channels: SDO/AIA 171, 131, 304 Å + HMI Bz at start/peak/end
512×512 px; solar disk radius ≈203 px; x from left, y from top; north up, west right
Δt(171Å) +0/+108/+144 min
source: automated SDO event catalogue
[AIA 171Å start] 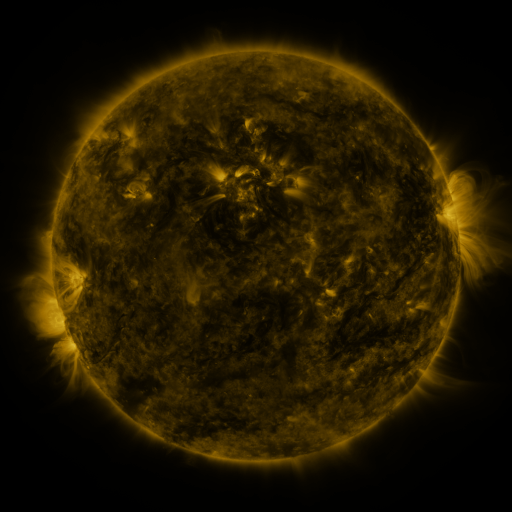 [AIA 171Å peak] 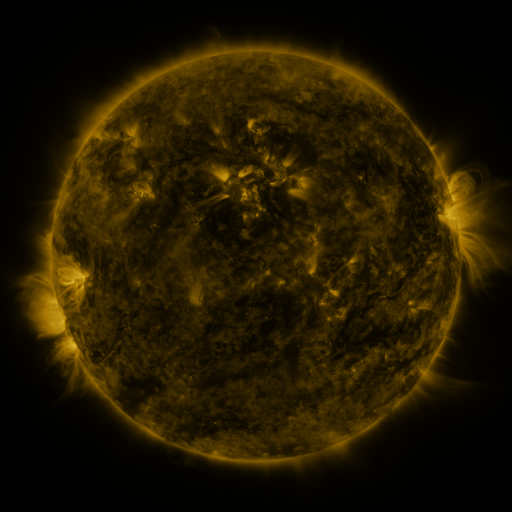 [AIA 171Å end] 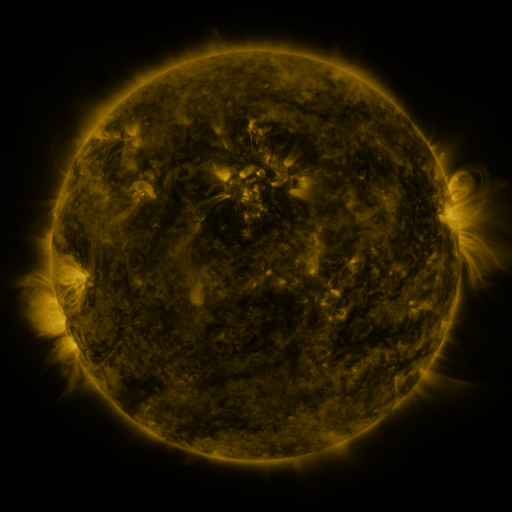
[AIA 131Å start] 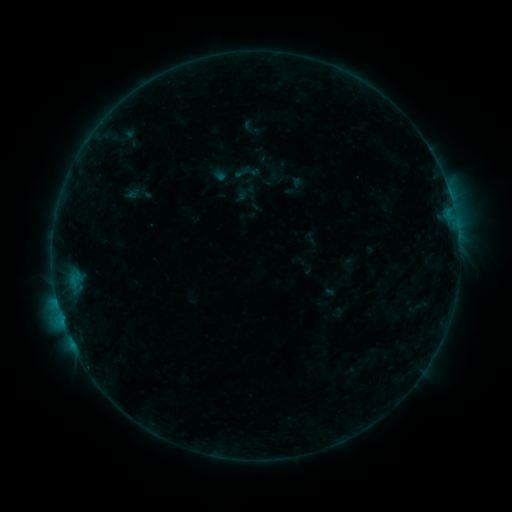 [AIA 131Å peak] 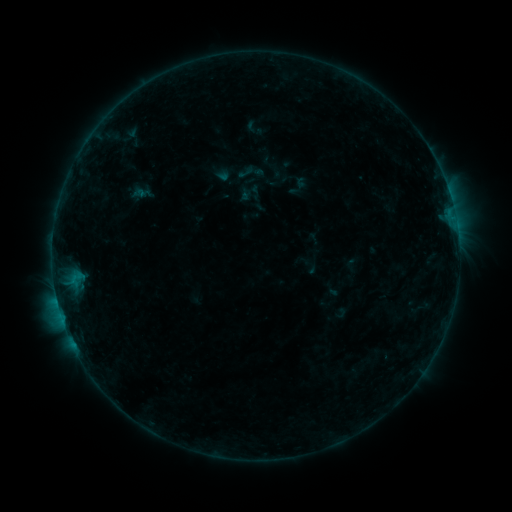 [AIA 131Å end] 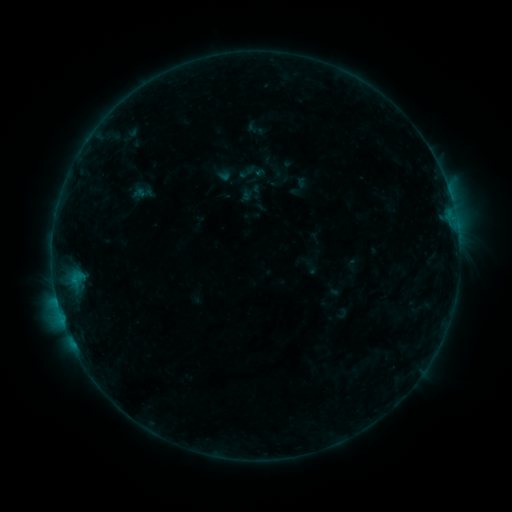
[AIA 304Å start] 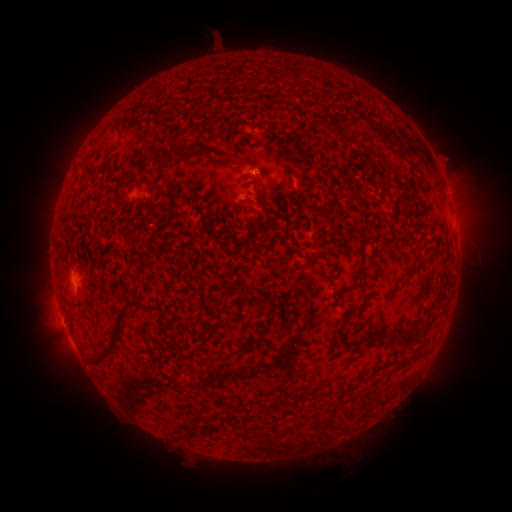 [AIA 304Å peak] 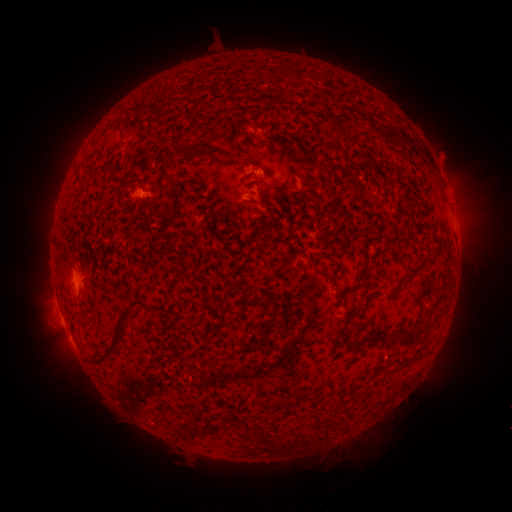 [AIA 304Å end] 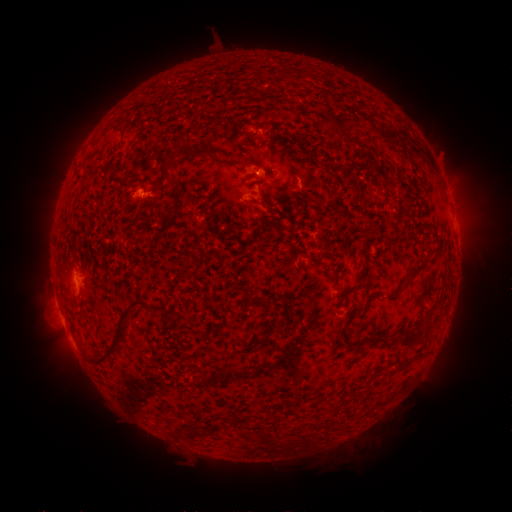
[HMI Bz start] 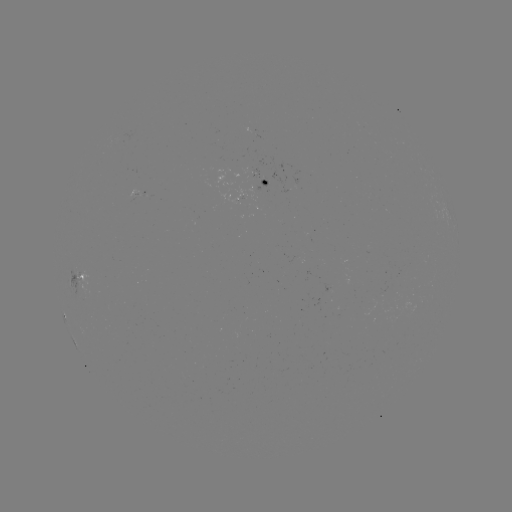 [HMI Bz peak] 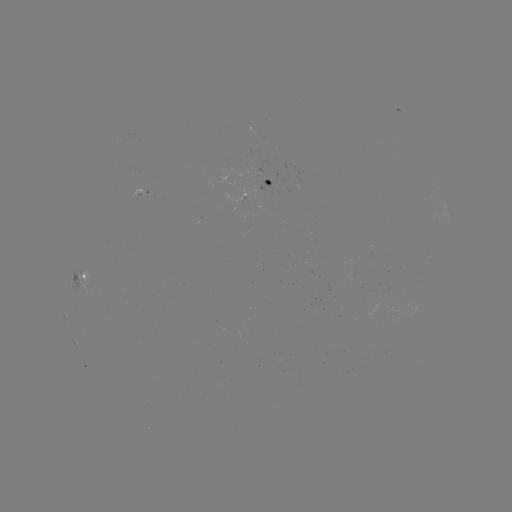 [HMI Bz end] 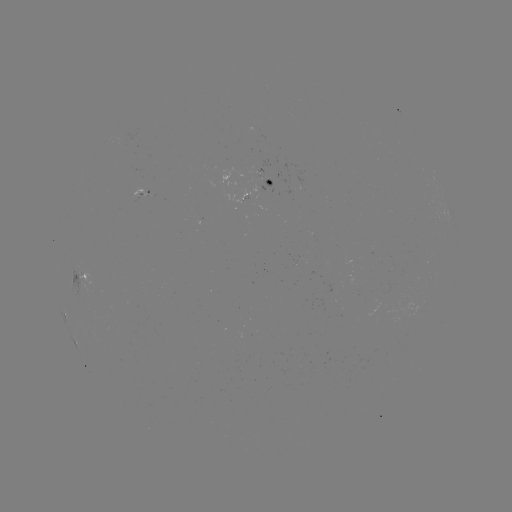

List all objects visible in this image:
emerging-flux region: (258, 176)
